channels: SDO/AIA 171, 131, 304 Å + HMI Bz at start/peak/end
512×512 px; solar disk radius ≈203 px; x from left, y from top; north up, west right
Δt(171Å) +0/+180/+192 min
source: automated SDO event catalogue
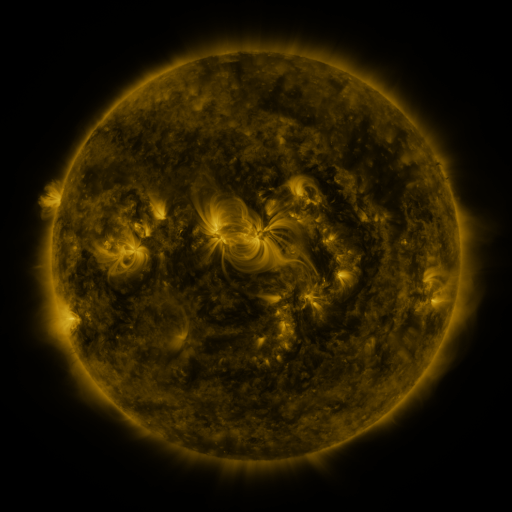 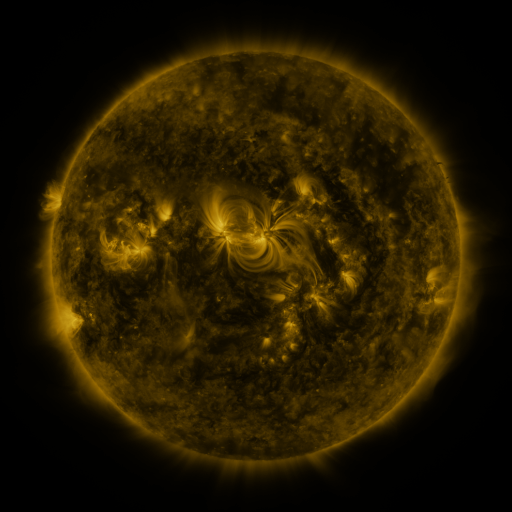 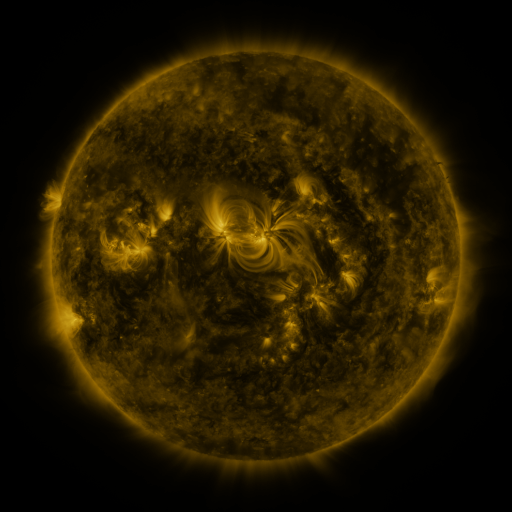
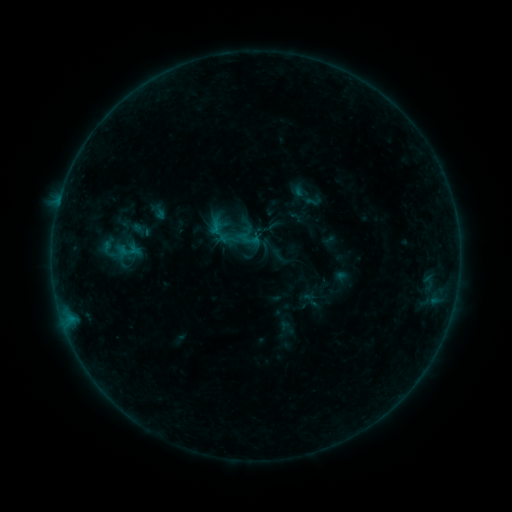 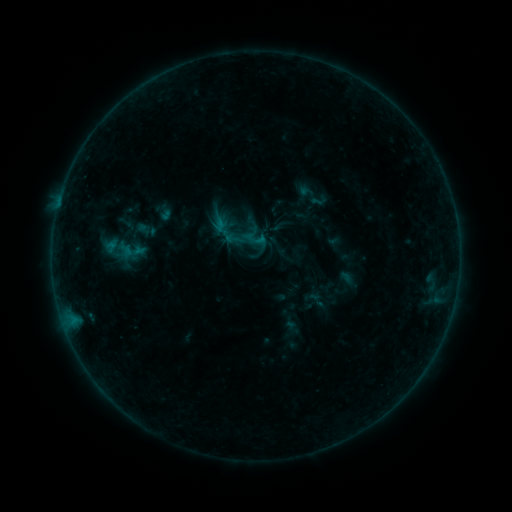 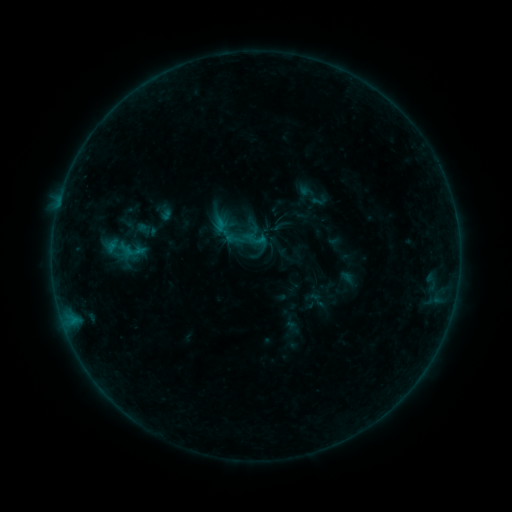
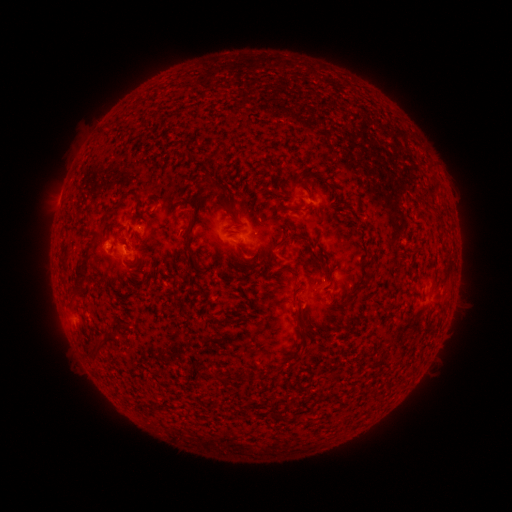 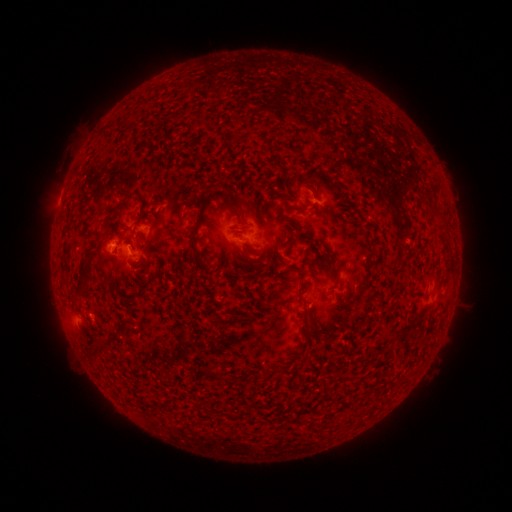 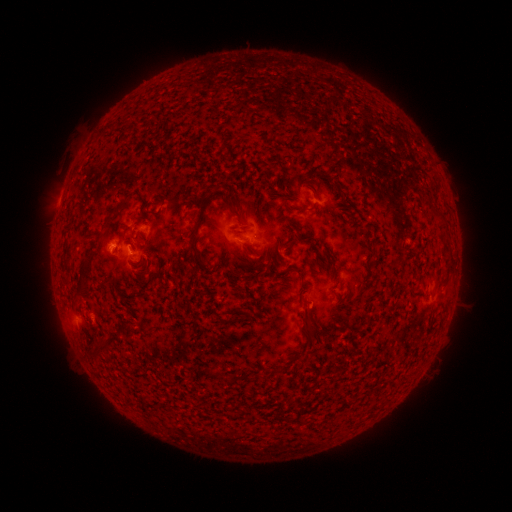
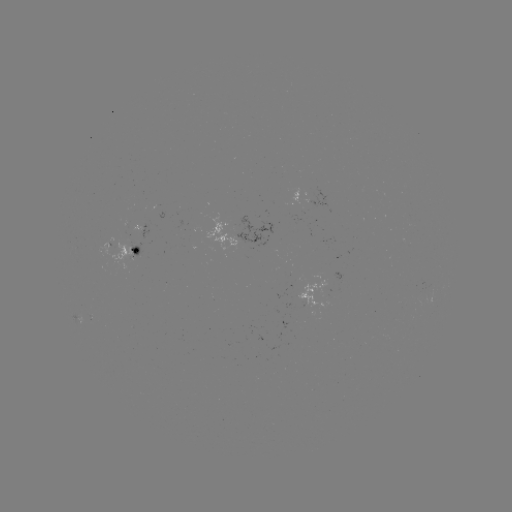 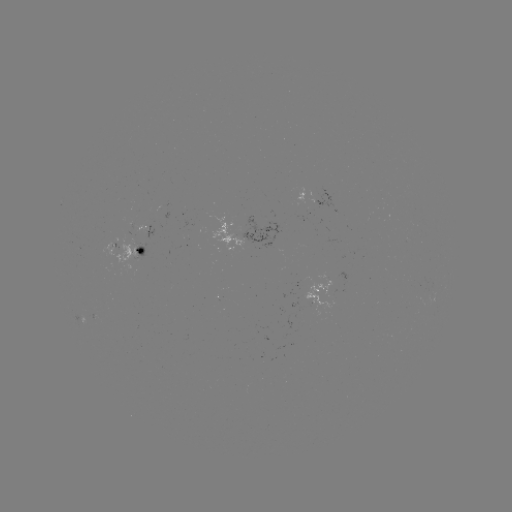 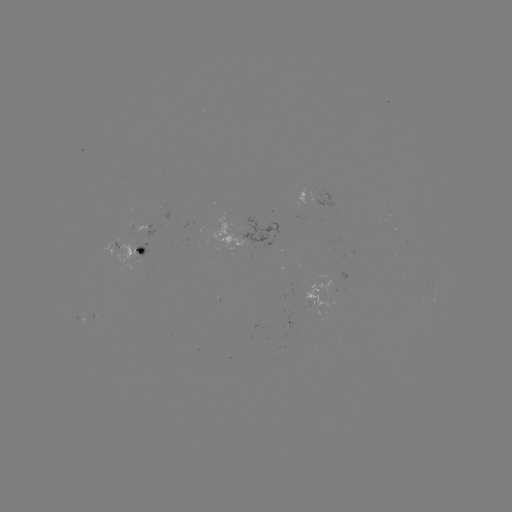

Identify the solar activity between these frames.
emerging-flux region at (112, 250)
